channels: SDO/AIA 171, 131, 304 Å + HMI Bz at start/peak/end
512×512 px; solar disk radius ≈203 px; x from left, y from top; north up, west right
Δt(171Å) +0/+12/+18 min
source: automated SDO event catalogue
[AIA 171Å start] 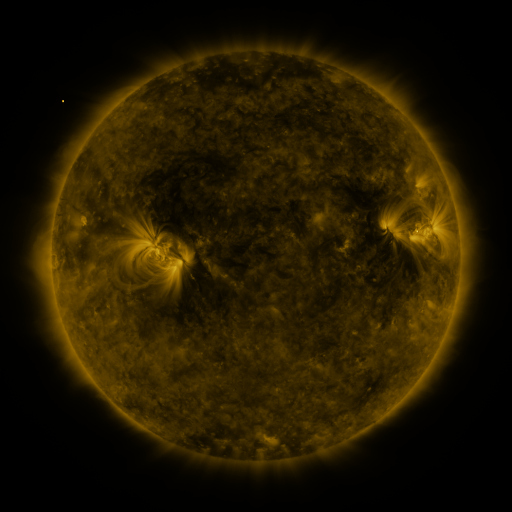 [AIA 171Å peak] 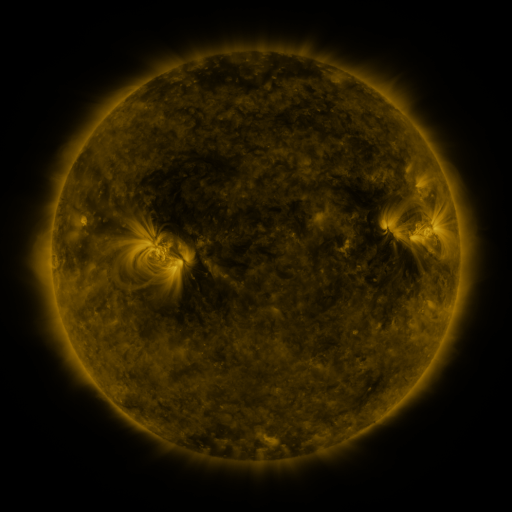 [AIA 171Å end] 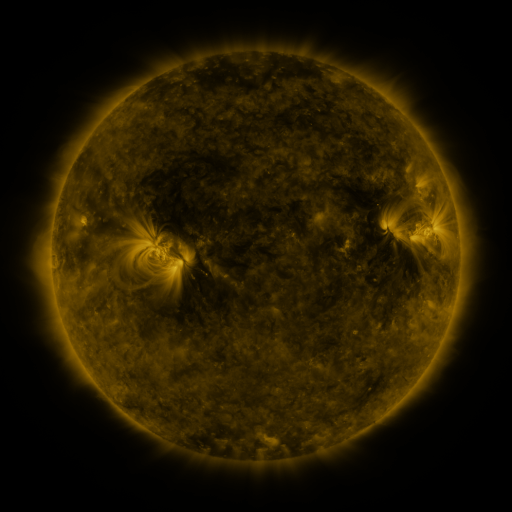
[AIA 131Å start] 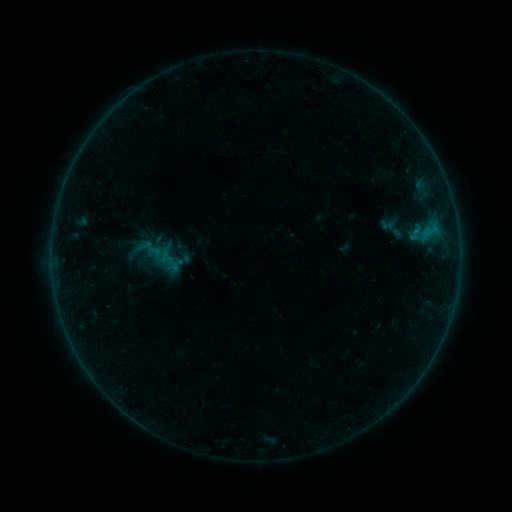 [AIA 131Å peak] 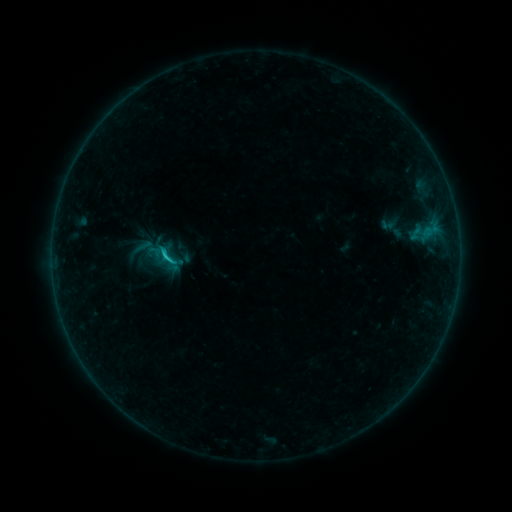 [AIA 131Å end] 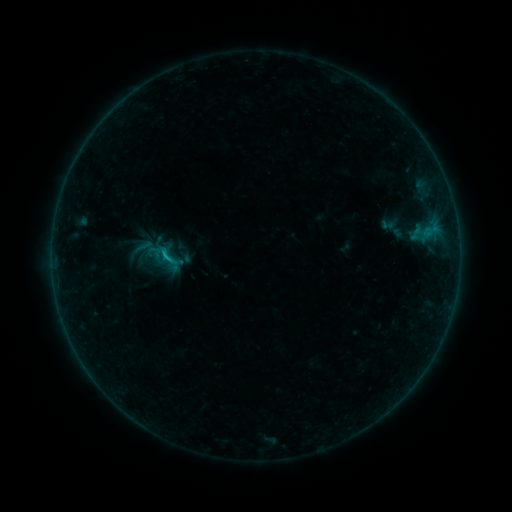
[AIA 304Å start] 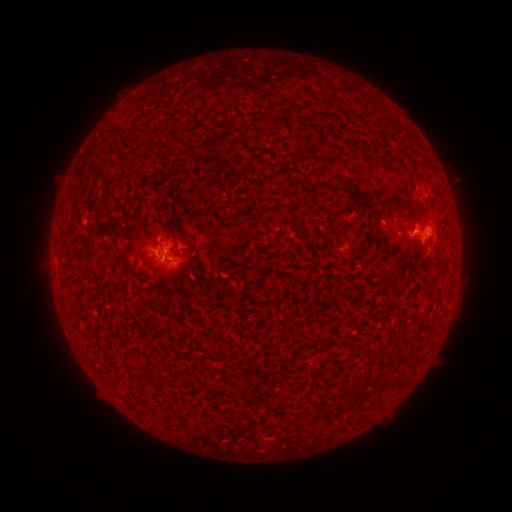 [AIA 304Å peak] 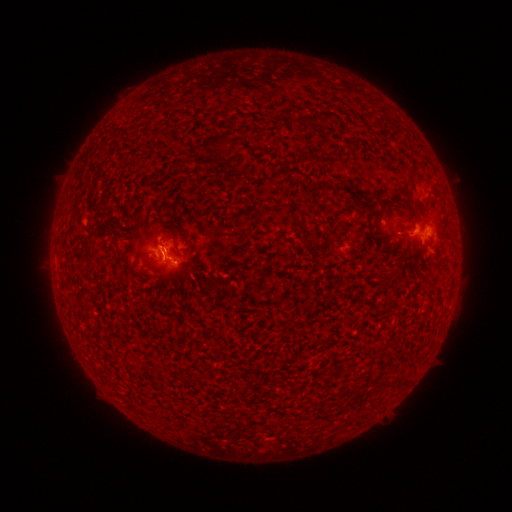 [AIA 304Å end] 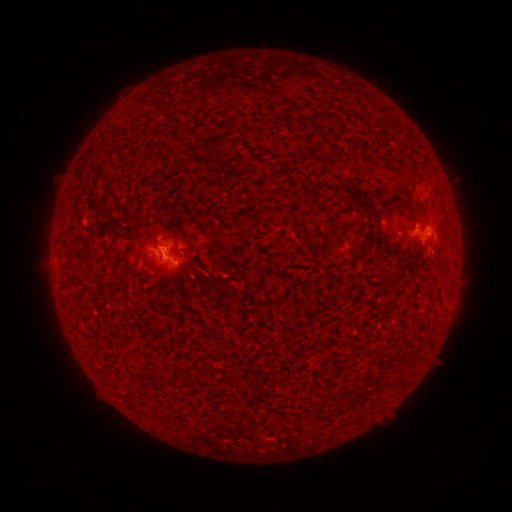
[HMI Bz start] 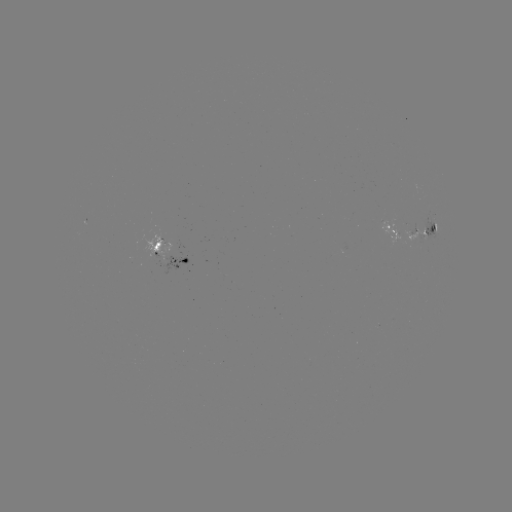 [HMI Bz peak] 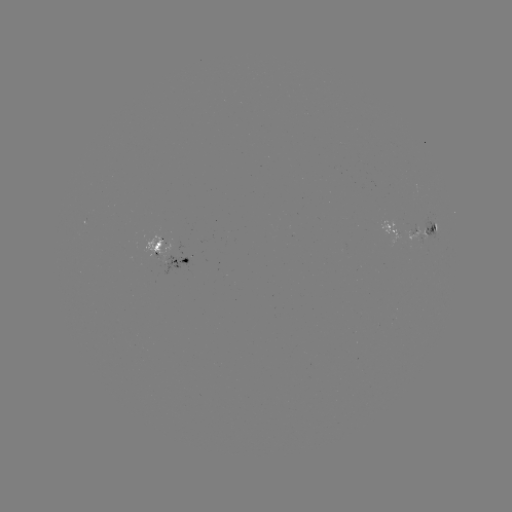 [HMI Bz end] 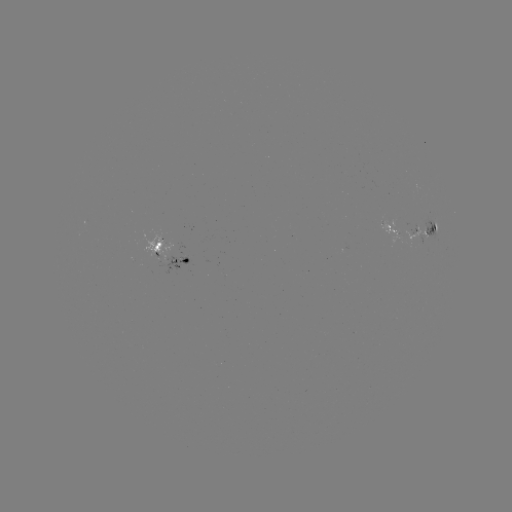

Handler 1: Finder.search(B8.4 flare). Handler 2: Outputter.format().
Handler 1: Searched B8.4 flare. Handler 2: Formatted [167, 257].